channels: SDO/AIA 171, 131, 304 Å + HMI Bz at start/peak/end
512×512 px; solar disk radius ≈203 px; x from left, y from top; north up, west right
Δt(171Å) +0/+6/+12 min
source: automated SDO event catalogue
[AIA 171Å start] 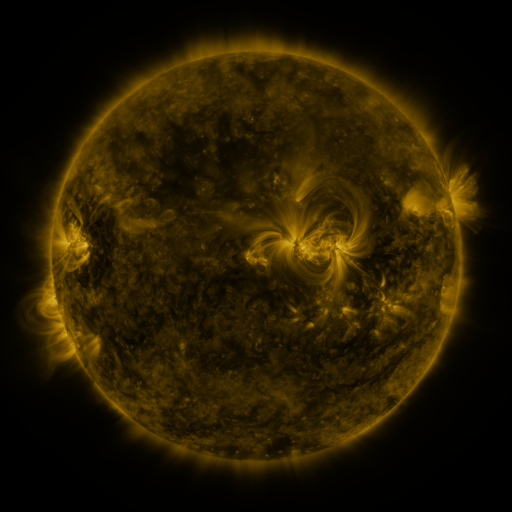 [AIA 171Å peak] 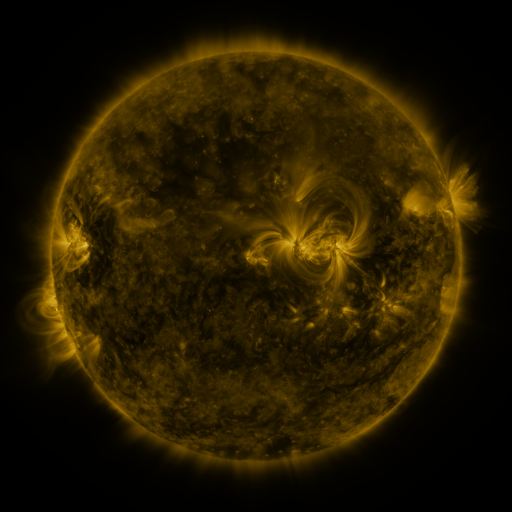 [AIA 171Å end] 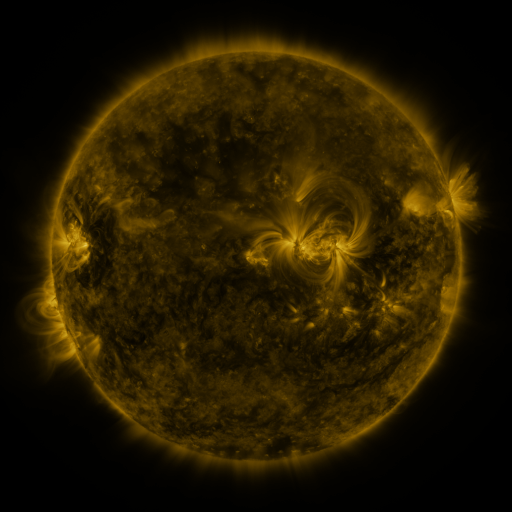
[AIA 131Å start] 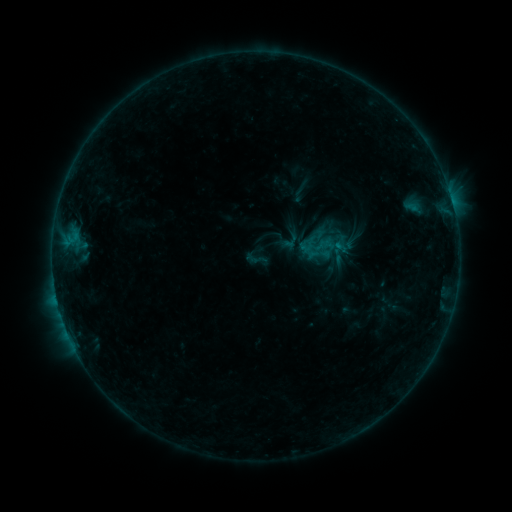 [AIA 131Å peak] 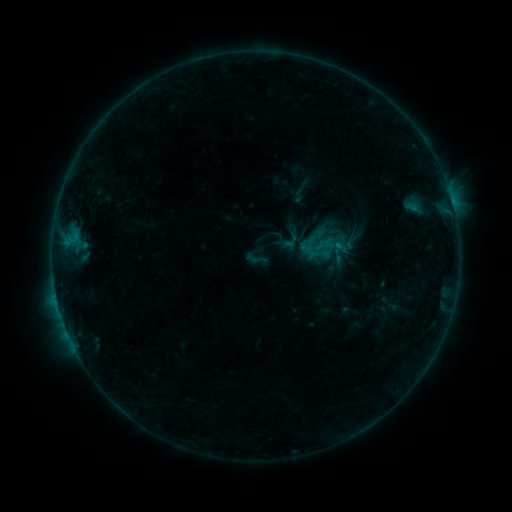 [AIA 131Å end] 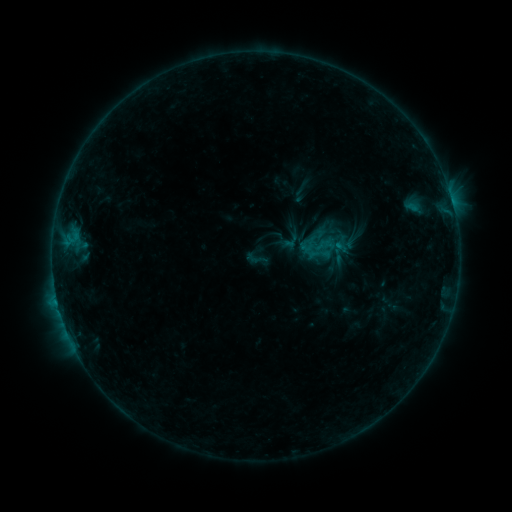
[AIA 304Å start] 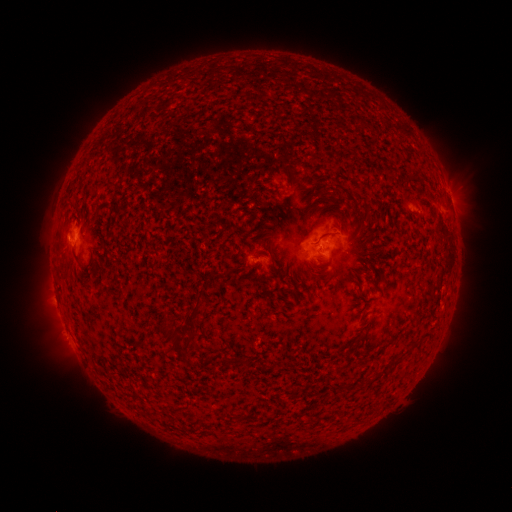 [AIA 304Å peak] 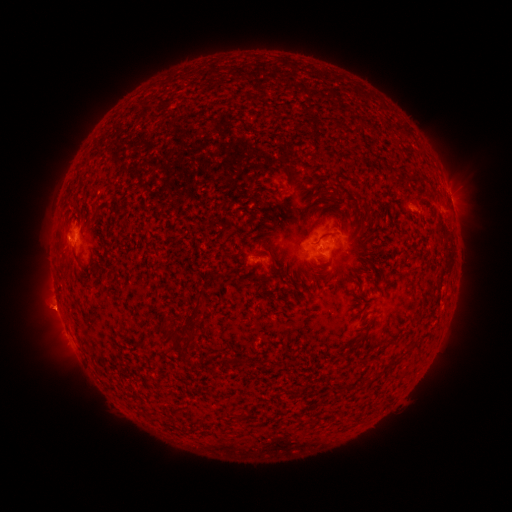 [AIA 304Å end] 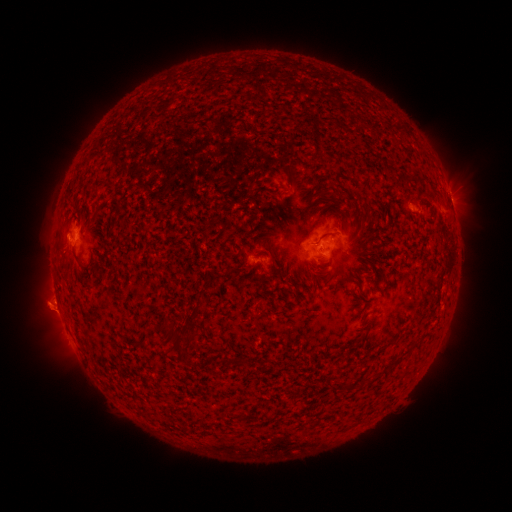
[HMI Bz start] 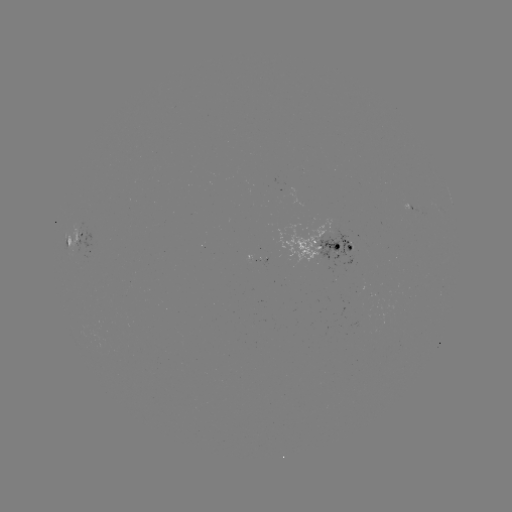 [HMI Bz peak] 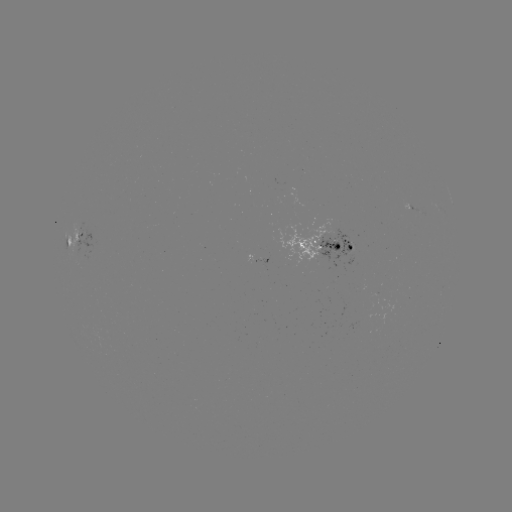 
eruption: (25, 284, 80, 337)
